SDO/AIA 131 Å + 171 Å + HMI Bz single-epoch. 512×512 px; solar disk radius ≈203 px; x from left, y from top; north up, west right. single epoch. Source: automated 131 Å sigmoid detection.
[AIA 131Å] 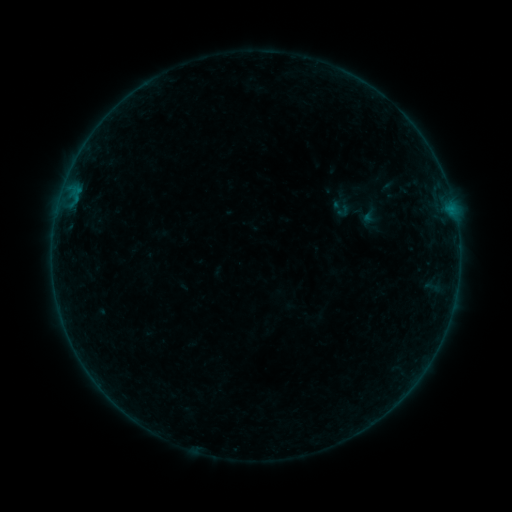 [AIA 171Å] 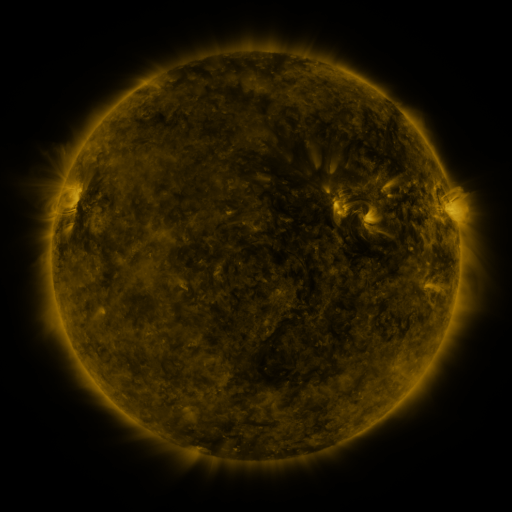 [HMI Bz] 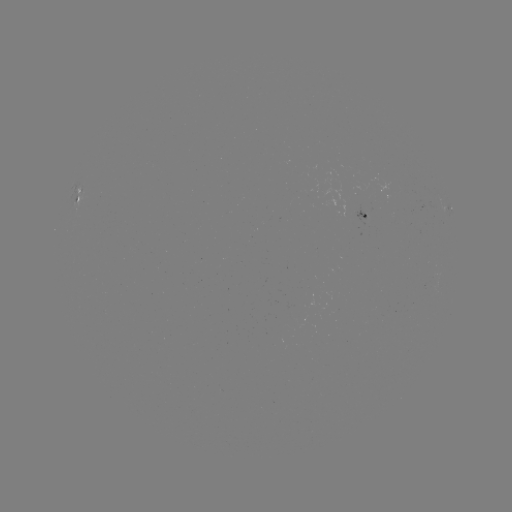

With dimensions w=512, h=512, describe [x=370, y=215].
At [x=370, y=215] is sigmoid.